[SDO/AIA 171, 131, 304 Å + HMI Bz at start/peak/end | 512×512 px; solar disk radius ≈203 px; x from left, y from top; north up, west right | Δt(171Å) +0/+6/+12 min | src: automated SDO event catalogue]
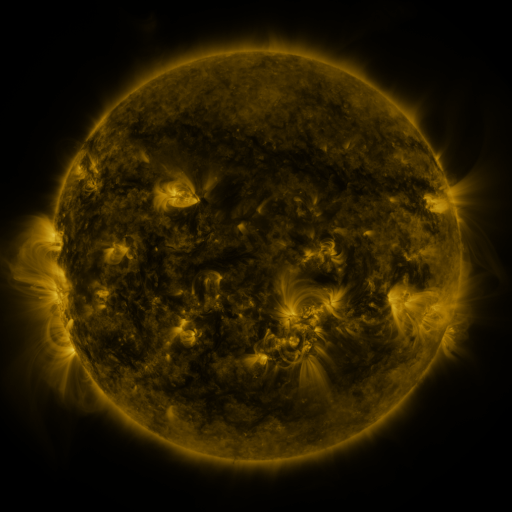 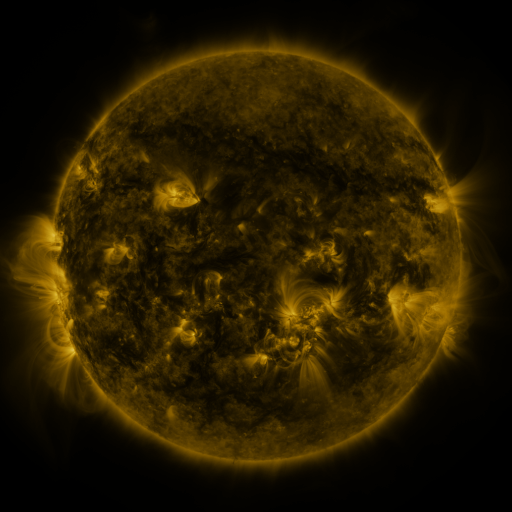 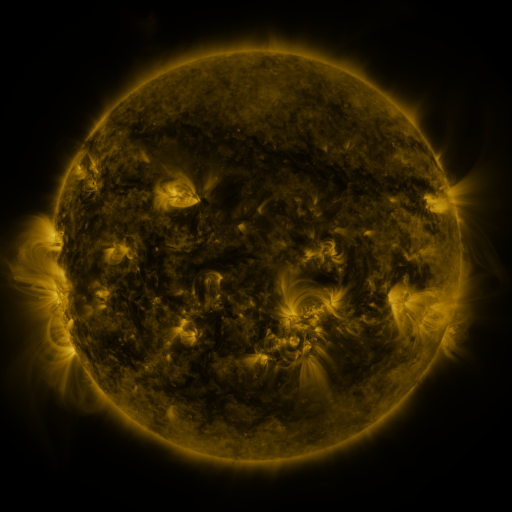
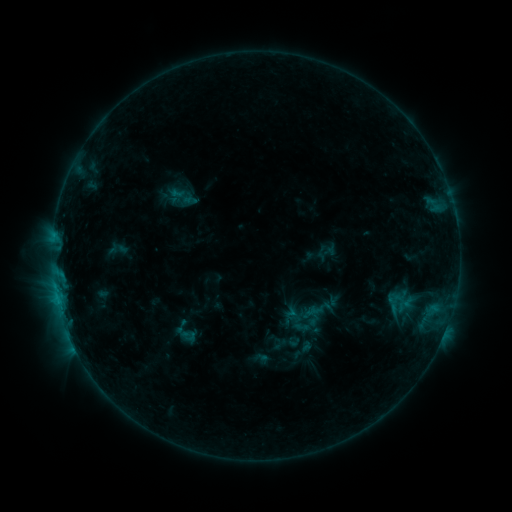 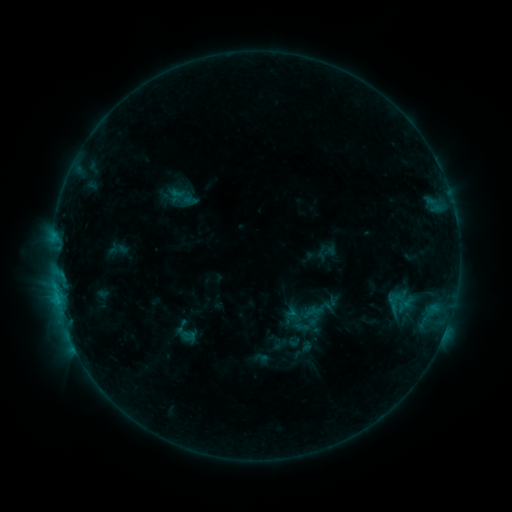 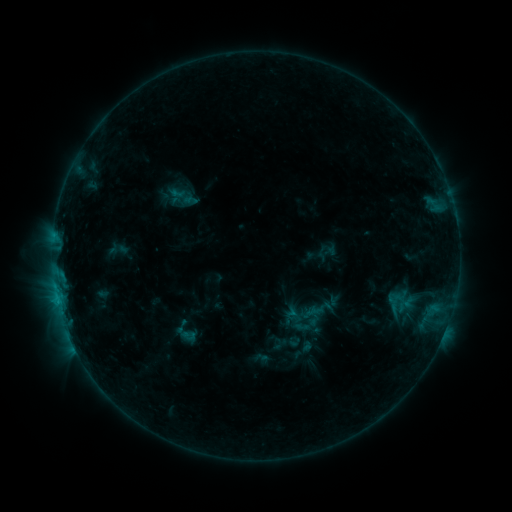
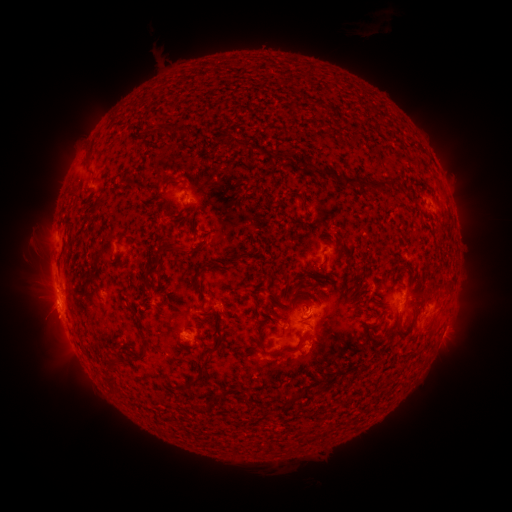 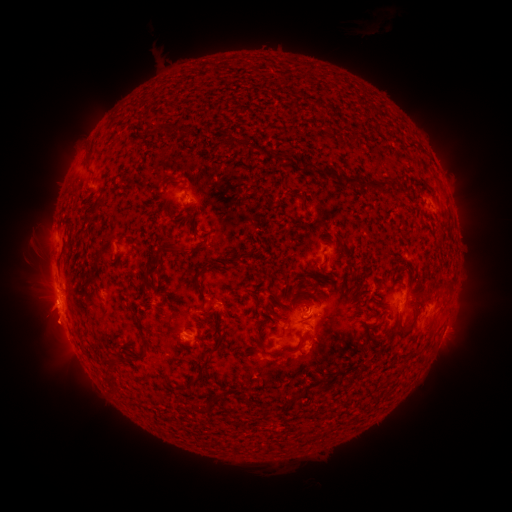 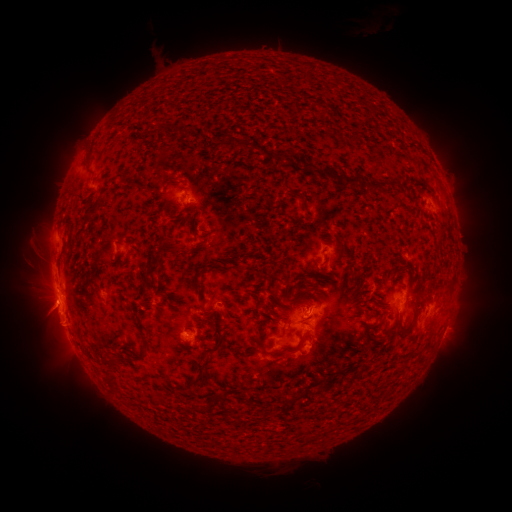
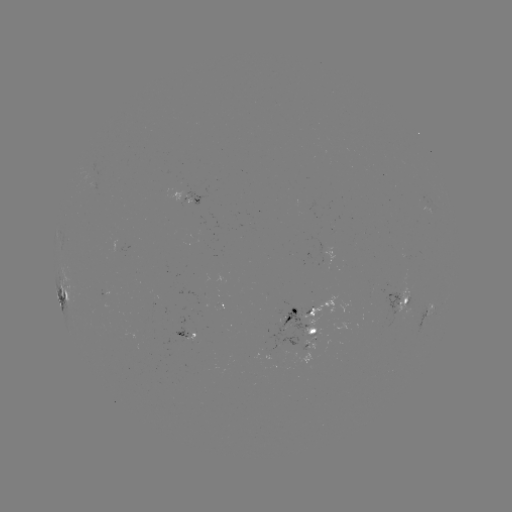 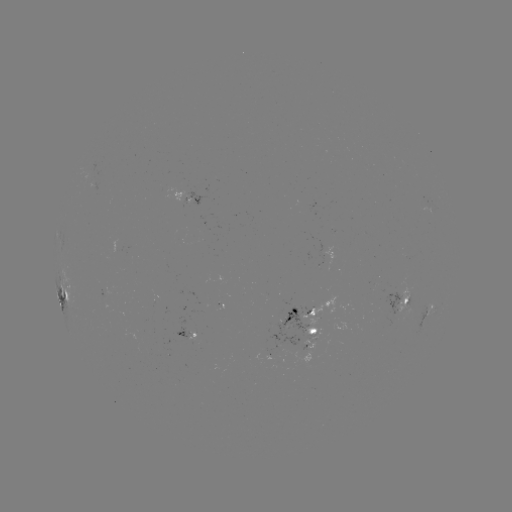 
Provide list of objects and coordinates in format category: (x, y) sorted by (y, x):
eruption: (55, 336)
